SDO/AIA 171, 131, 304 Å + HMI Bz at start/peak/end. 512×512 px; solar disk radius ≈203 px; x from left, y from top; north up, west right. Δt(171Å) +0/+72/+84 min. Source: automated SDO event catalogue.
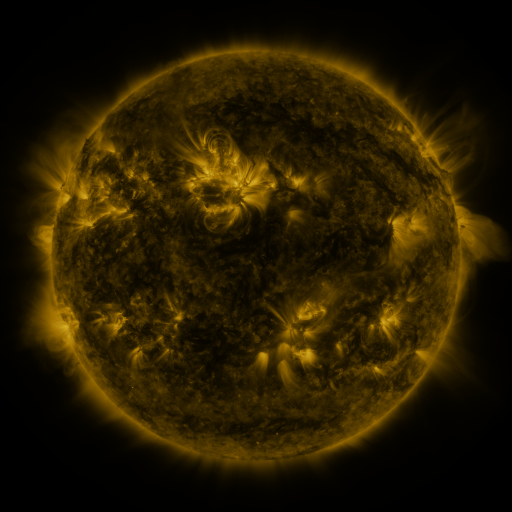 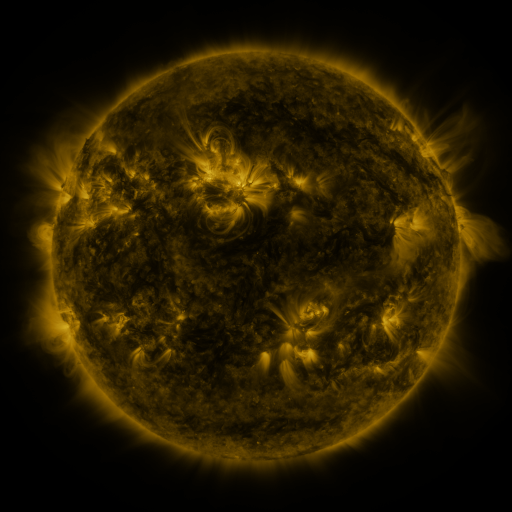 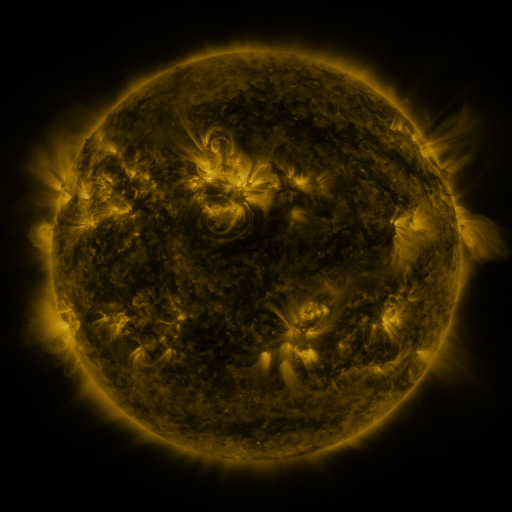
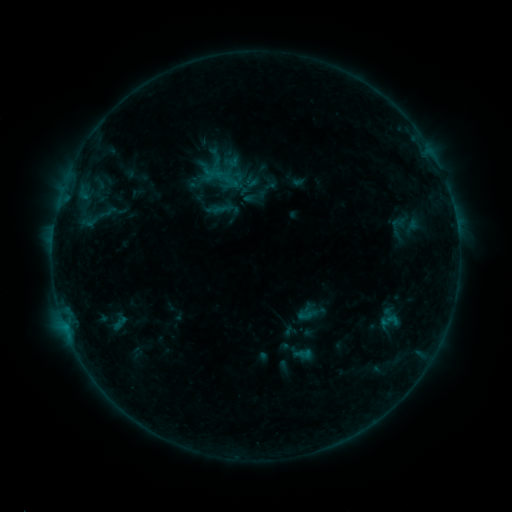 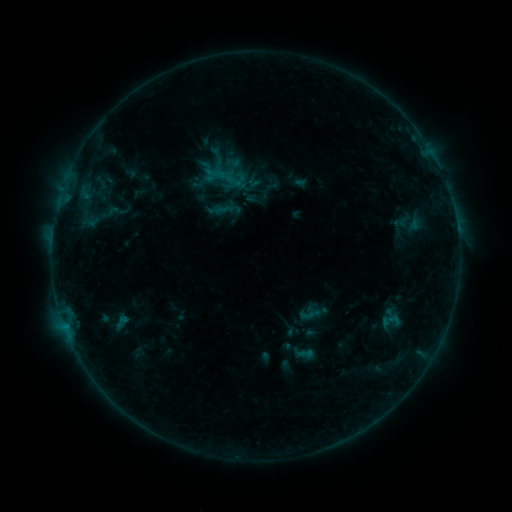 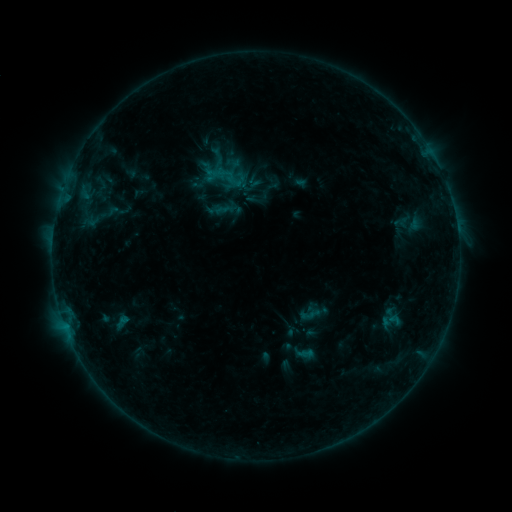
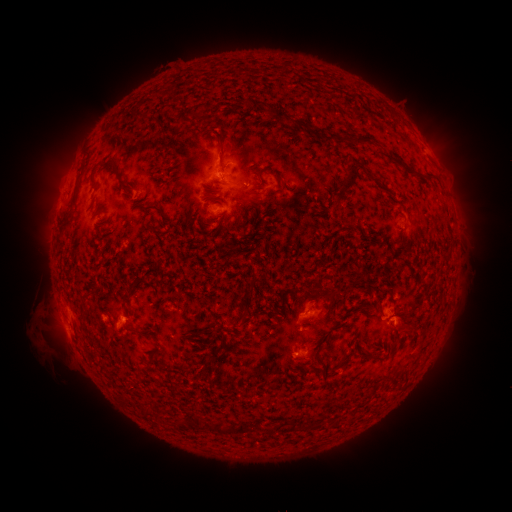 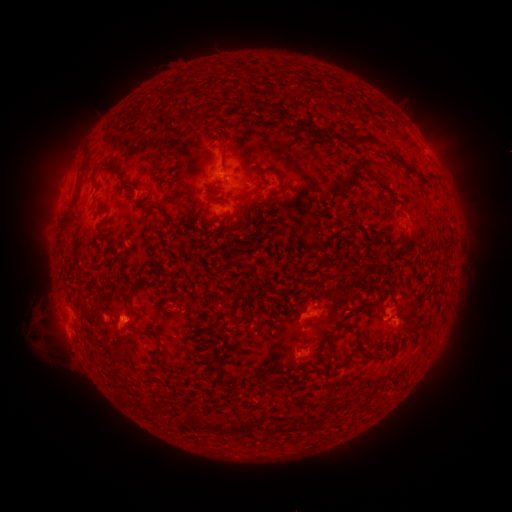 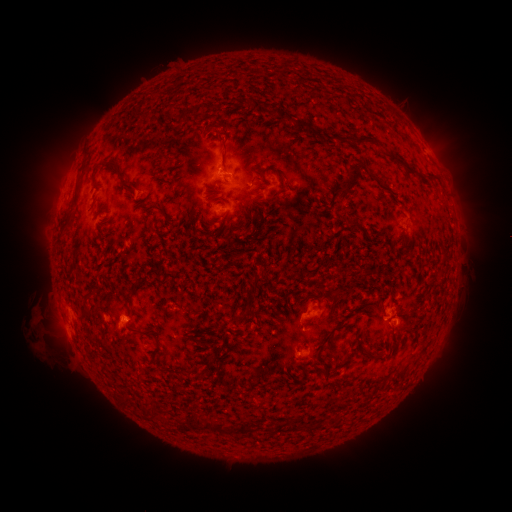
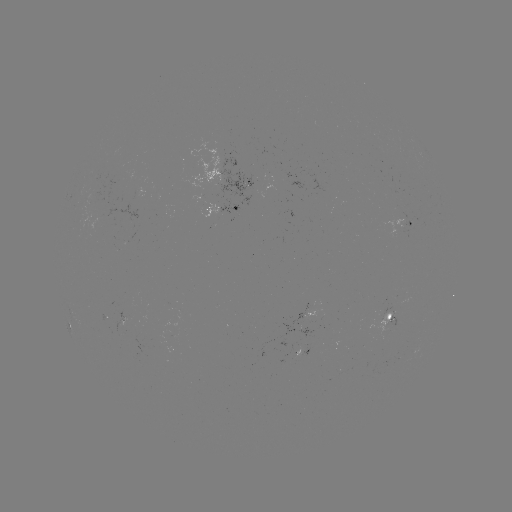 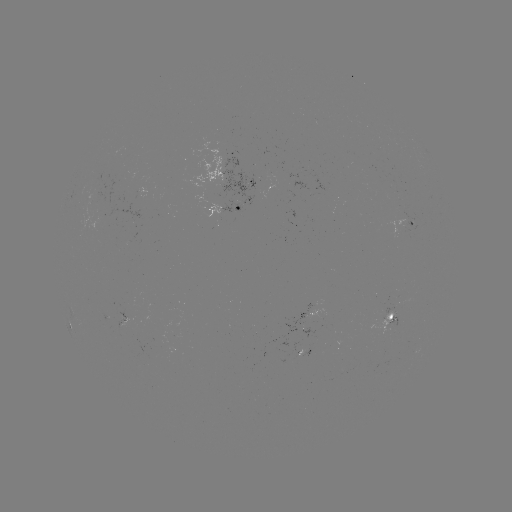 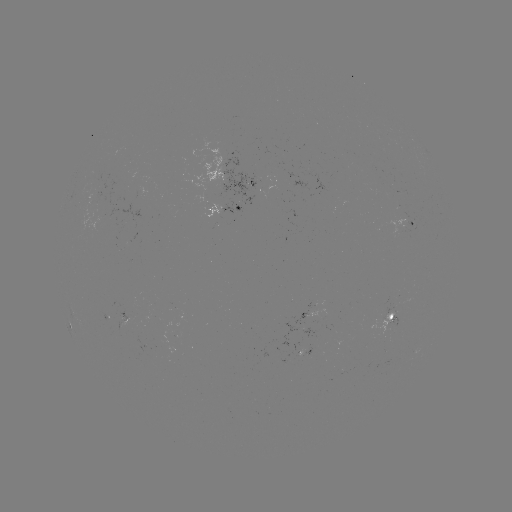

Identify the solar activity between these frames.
emerging-flux region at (96, 205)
